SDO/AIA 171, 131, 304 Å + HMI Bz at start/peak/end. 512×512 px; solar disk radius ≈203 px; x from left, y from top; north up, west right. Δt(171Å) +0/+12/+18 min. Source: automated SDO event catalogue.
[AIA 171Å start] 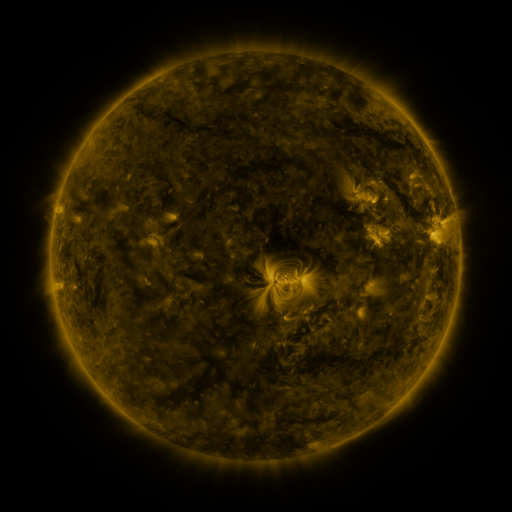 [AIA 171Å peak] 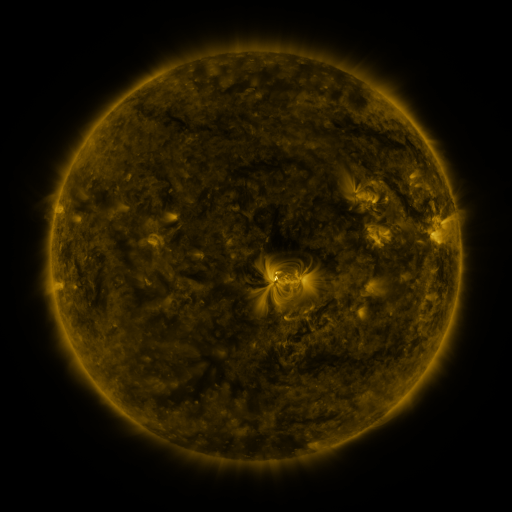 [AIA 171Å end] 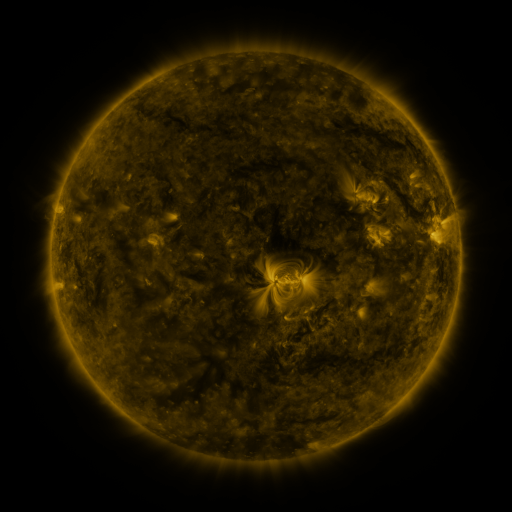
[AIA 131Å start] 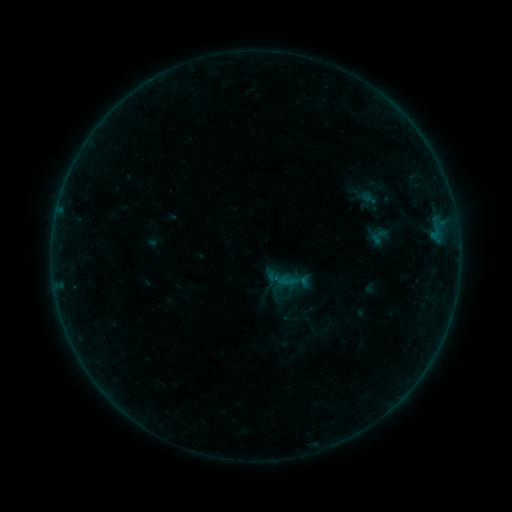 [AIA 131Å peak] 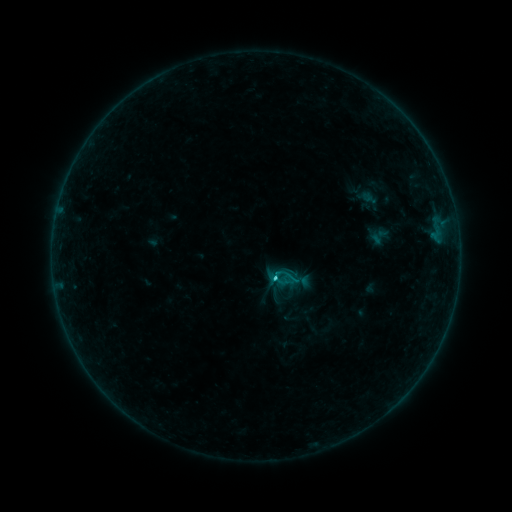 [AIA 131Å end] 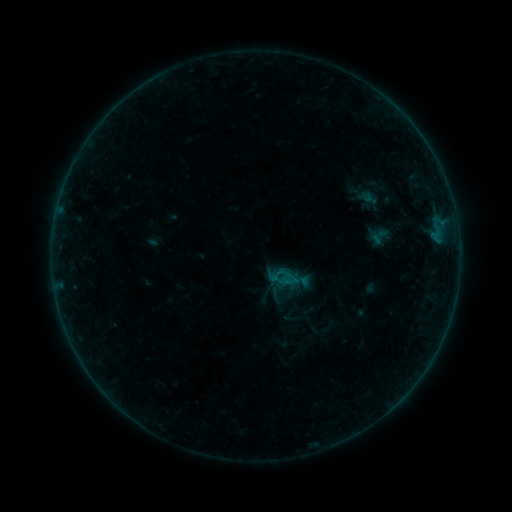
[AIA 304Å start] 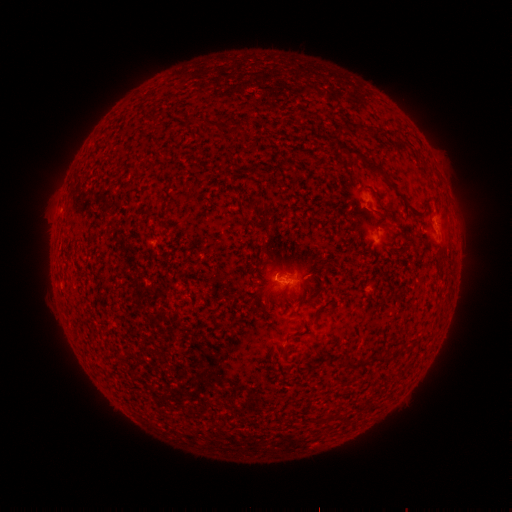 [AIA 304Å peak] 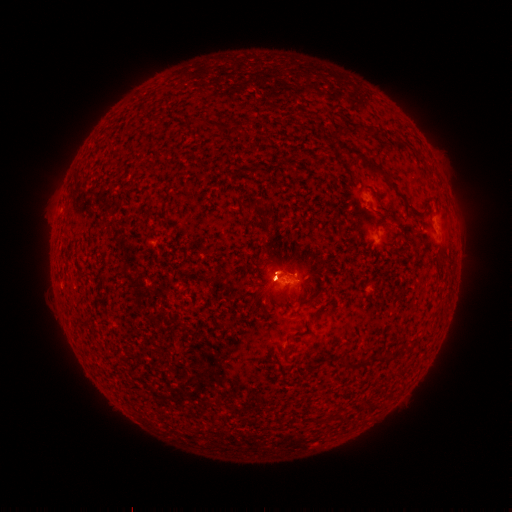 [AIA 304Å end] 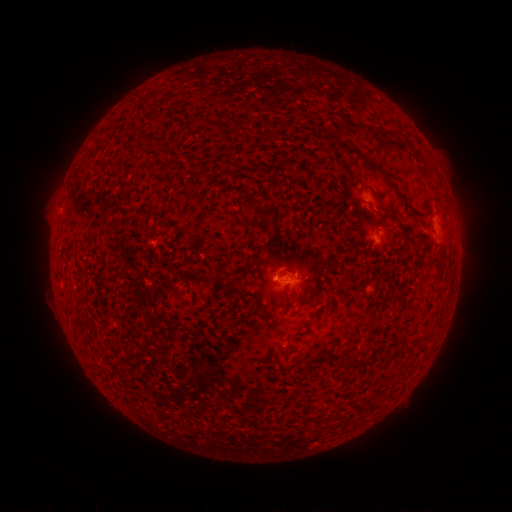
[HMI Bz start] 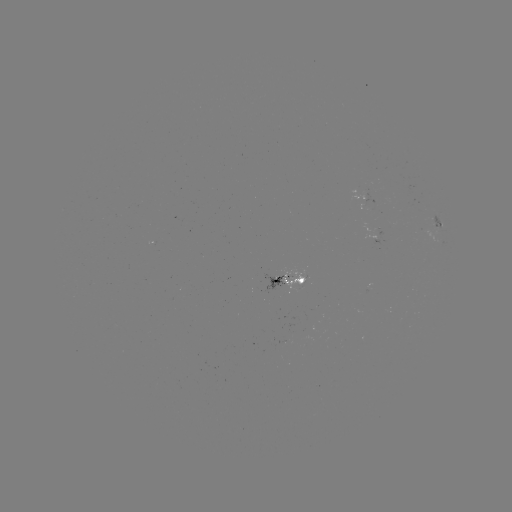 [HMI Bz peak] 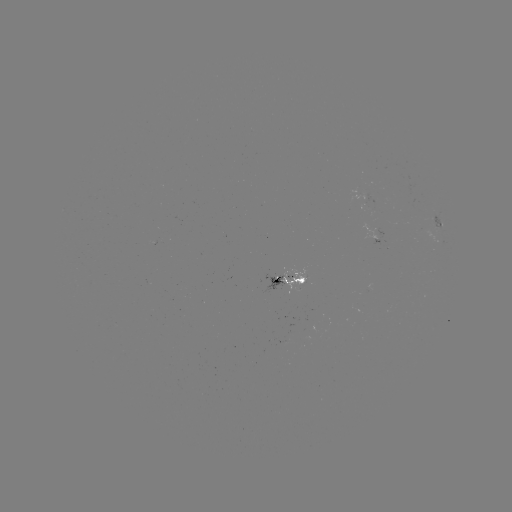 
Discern C1.2 flare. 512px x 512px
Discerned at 273,275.